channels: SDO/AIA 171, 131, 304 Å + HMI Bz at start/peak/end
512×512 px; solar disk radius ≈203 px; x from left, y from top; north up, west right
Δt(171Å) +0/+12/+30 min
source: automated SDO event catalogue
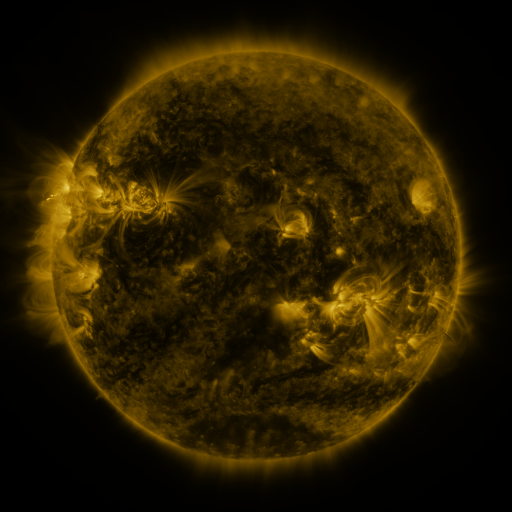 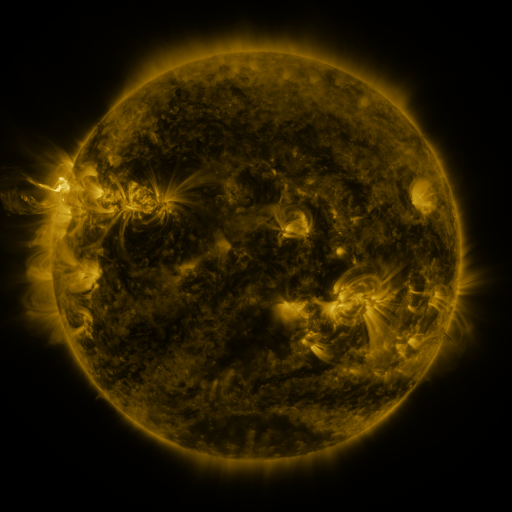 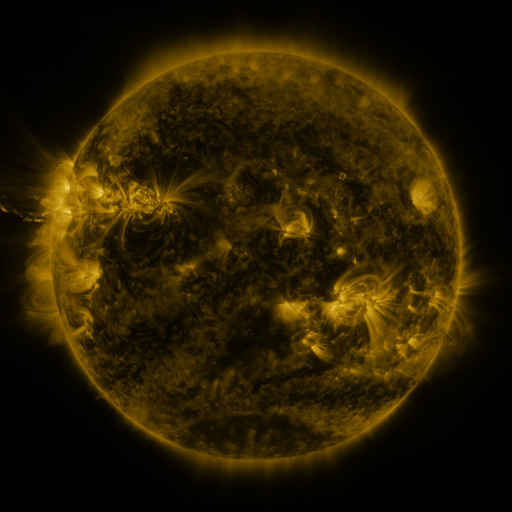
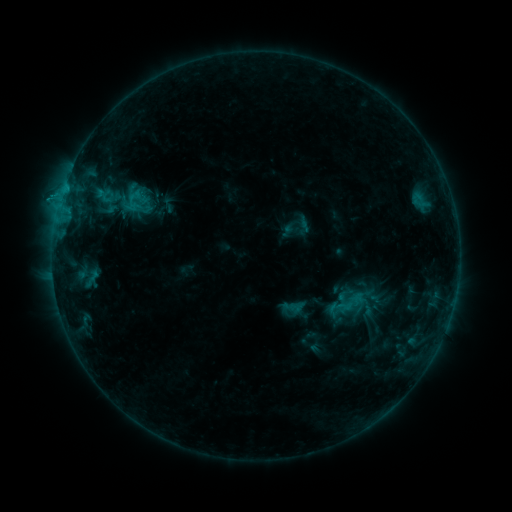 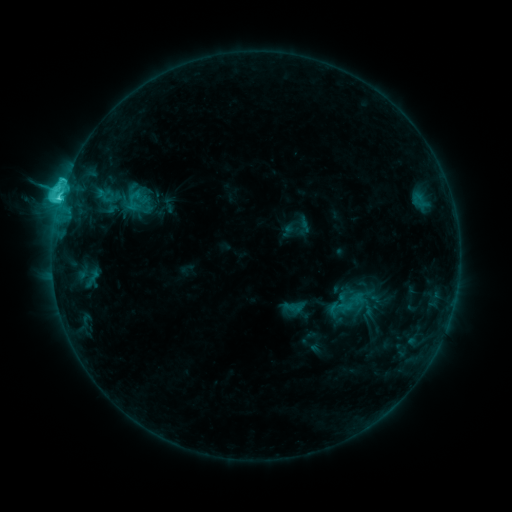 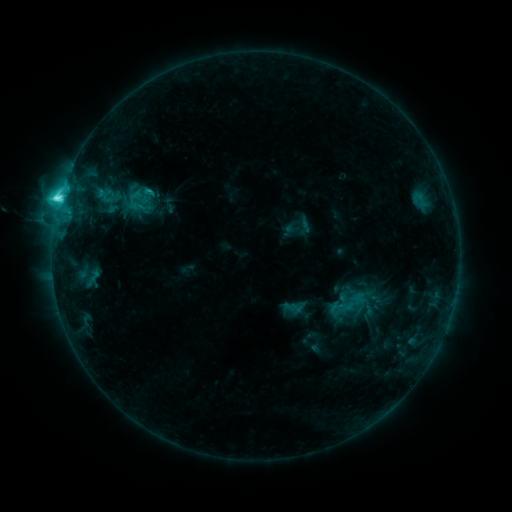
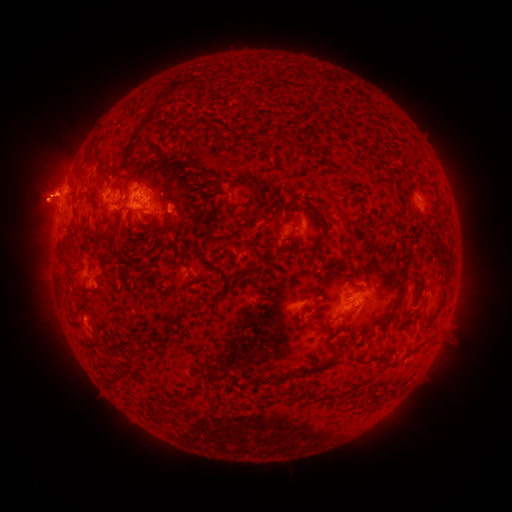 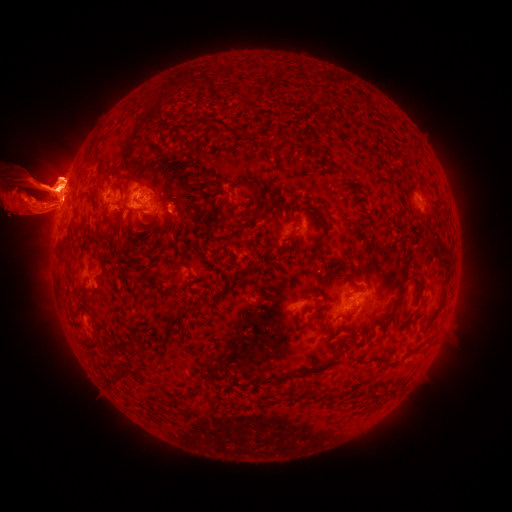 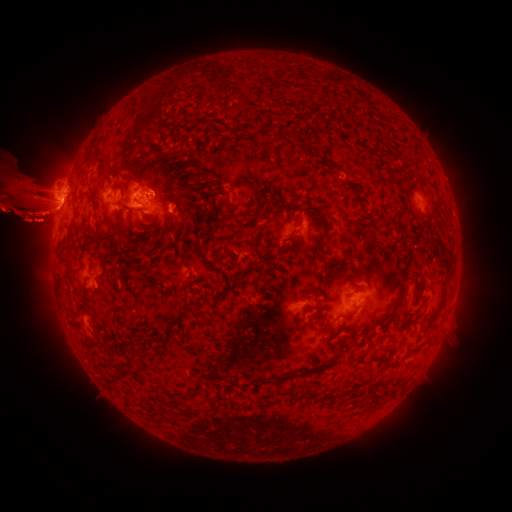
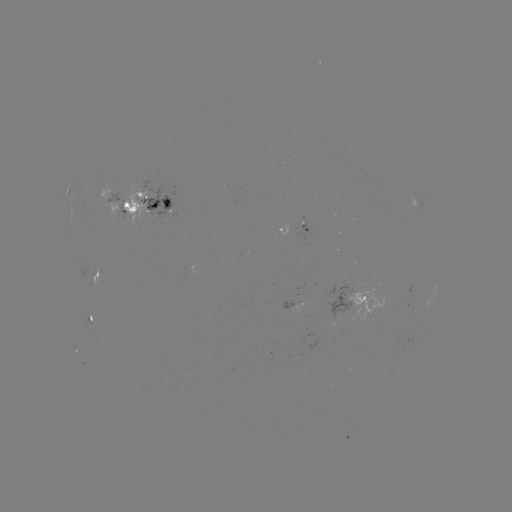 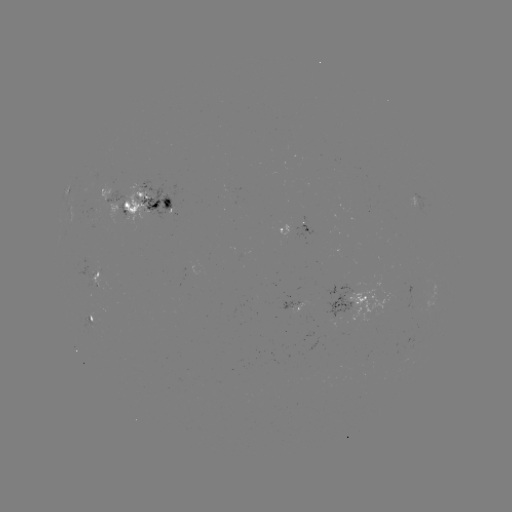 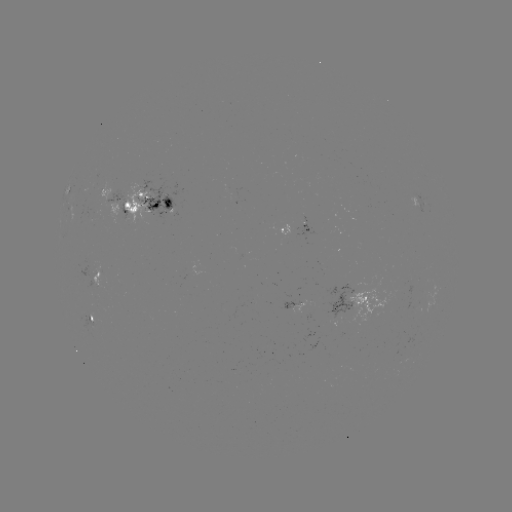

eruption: (425, 158, 511, 242)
